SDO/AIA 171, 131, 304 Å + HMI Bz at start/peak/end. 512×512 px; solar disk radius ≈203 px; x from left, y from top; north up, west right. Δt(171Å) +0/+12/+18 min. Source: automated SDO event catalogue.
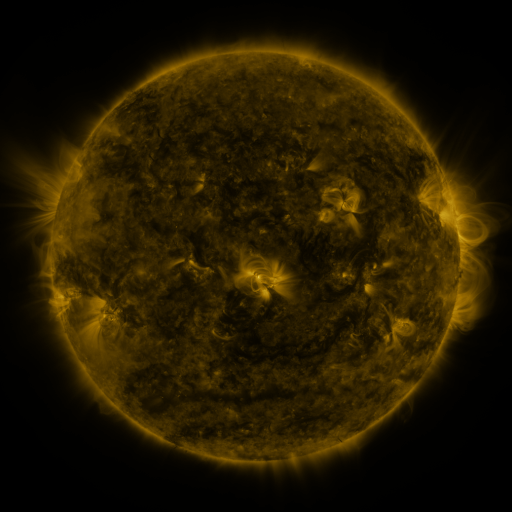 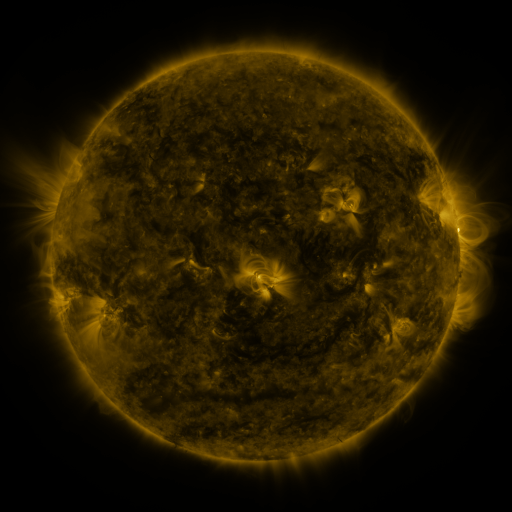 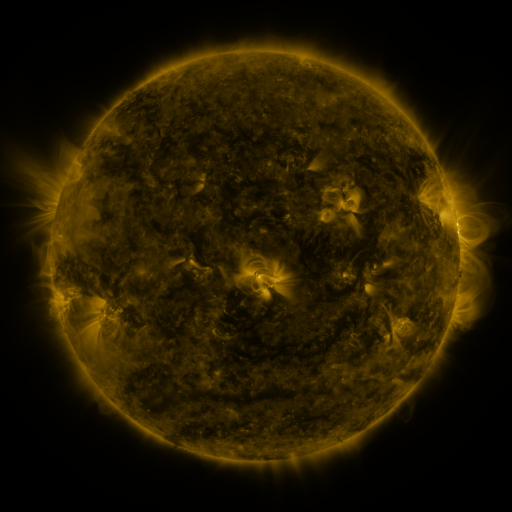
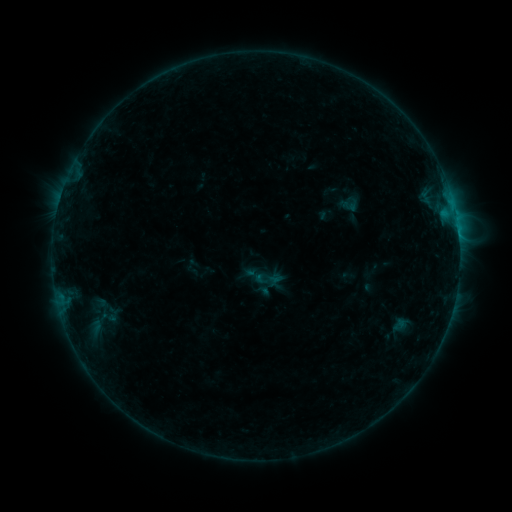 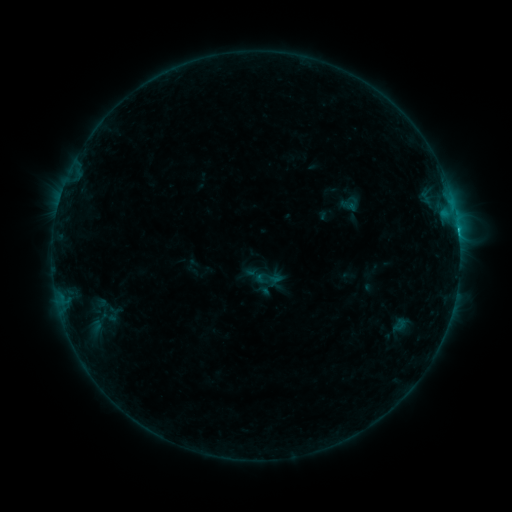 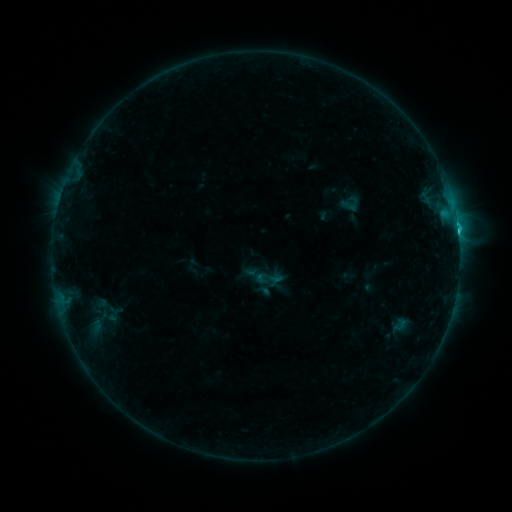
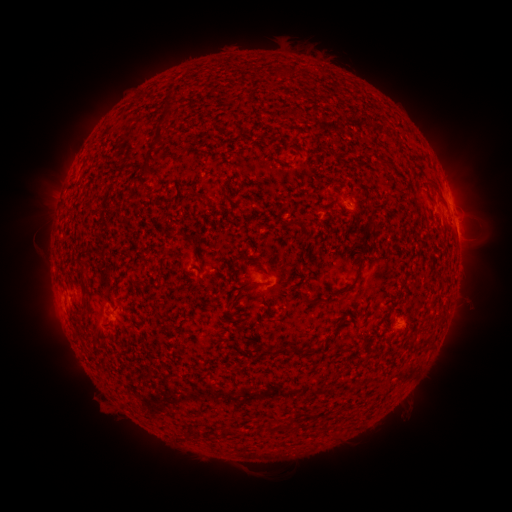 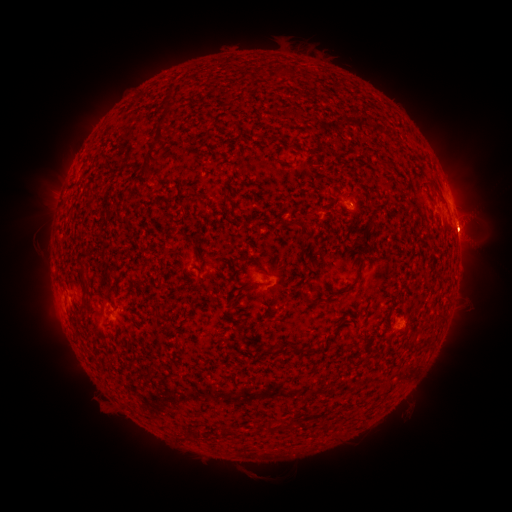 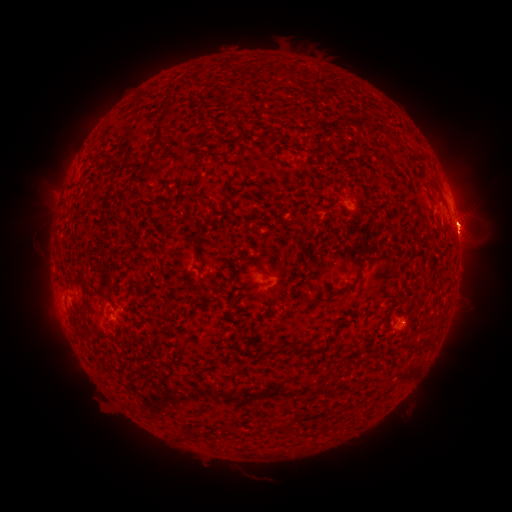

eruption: [418, 161, 507, 280]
